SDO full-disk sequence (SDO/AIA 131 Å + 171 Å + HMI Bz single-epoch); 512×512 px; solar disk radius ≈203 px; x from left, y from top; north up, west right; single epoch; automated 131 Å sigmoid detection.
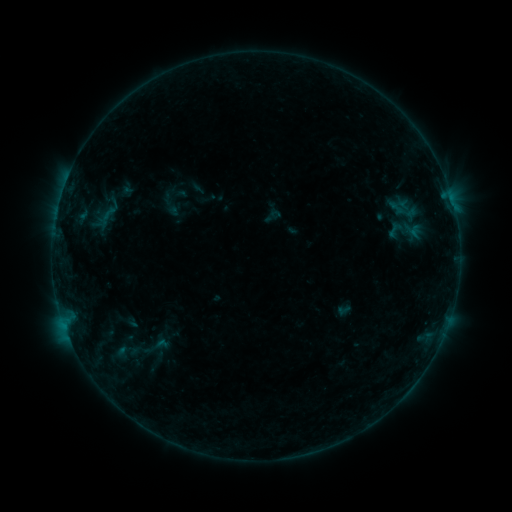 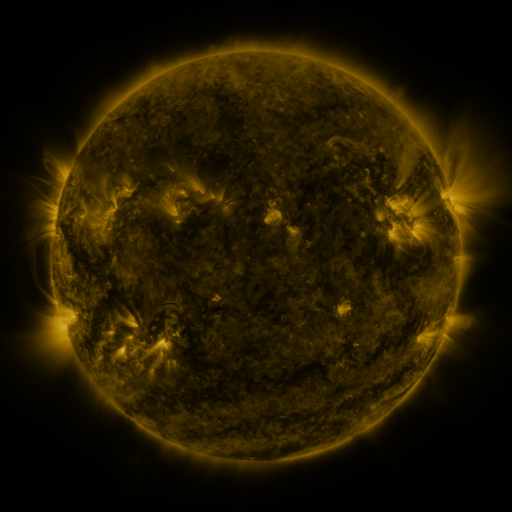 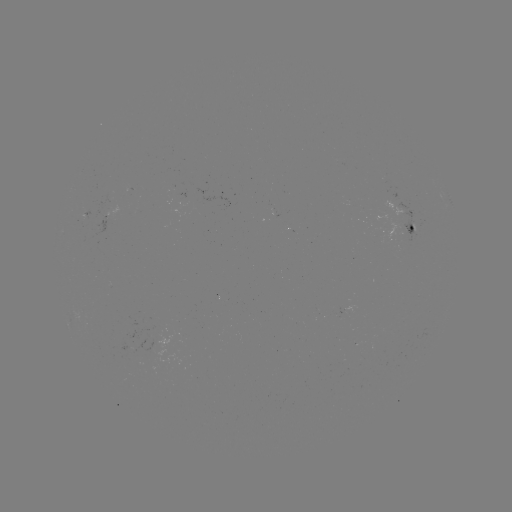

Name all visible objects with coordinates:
sigmoid: <bbox>157, 189, 184, 216</bbox>
